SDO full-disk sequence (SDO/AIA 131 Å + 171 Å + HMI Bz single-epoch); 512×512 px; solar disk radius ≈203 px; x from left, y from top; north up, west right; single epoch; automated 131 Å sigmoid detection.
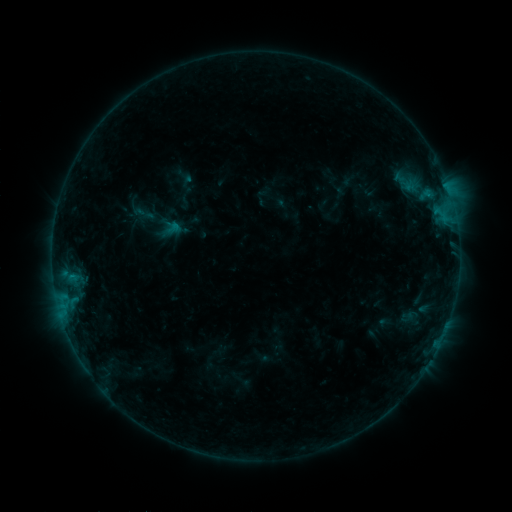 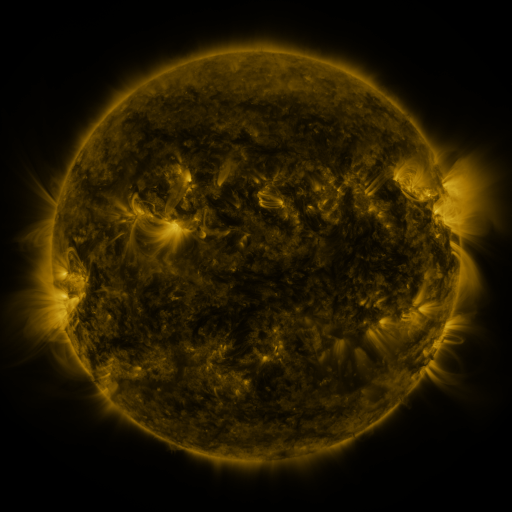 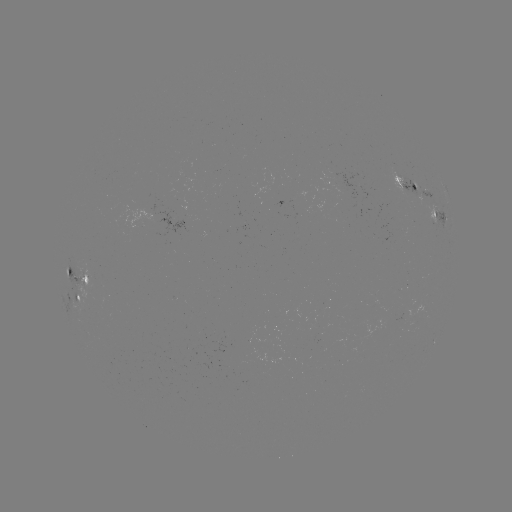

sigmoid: [133, 202, 155, 225]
